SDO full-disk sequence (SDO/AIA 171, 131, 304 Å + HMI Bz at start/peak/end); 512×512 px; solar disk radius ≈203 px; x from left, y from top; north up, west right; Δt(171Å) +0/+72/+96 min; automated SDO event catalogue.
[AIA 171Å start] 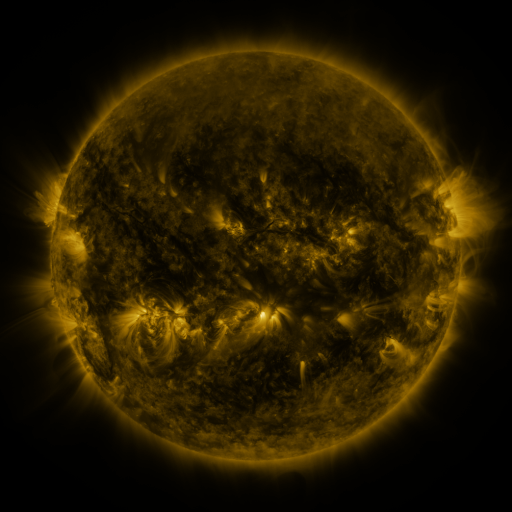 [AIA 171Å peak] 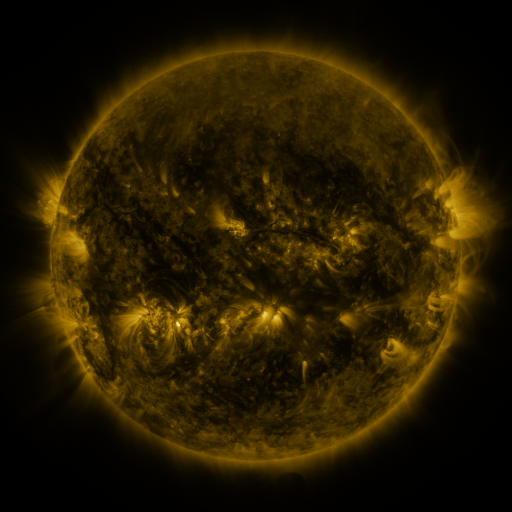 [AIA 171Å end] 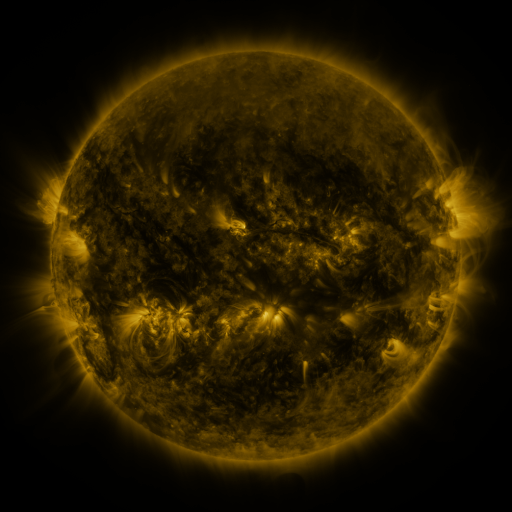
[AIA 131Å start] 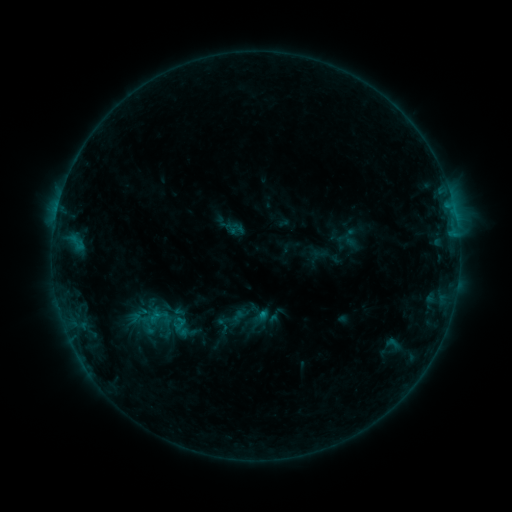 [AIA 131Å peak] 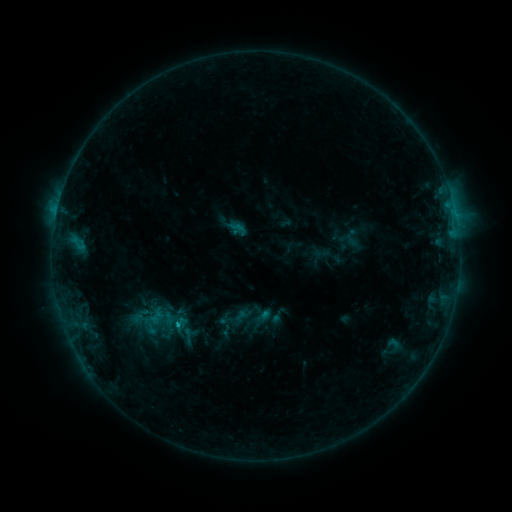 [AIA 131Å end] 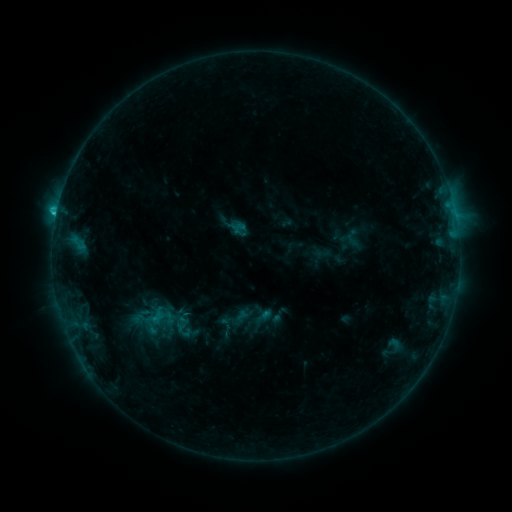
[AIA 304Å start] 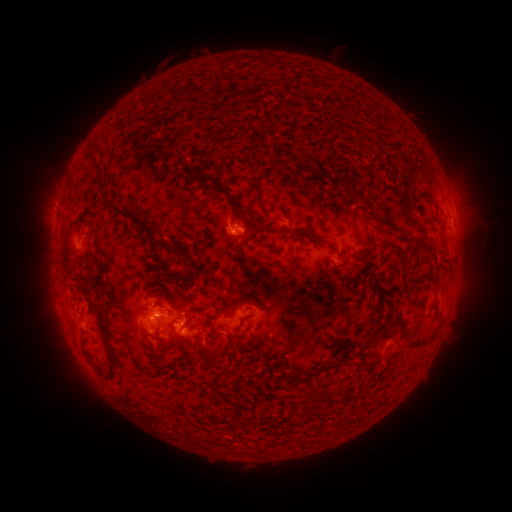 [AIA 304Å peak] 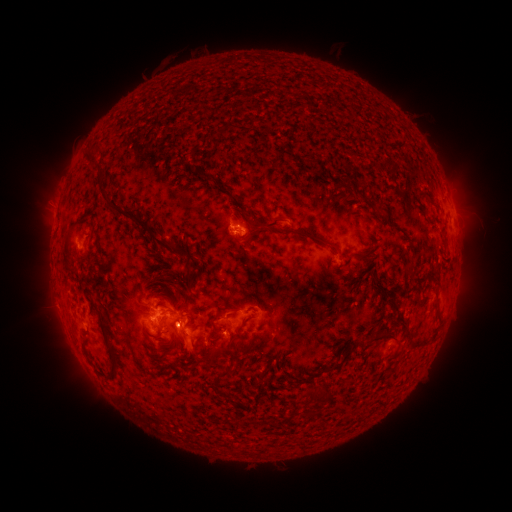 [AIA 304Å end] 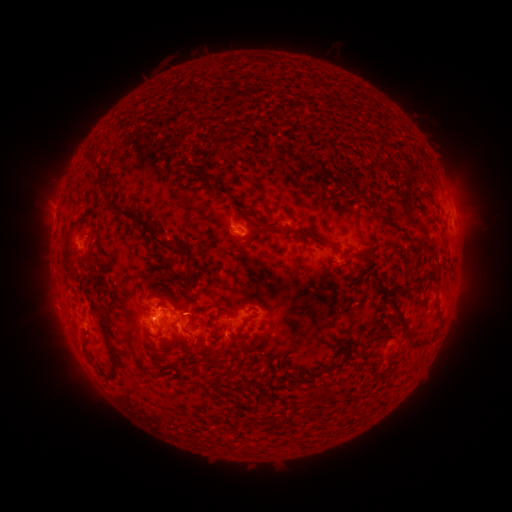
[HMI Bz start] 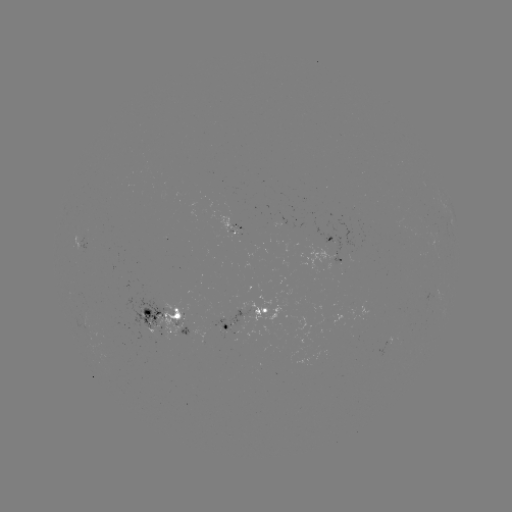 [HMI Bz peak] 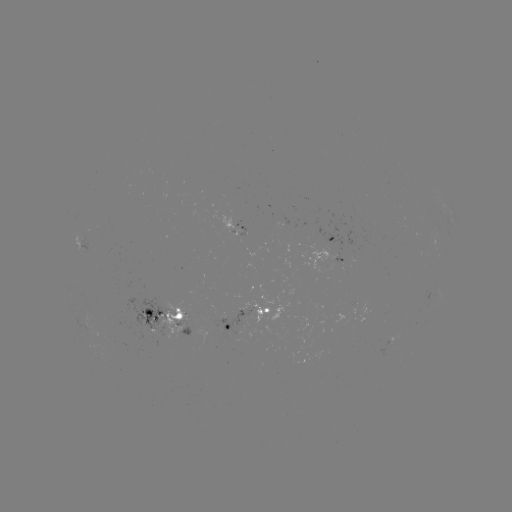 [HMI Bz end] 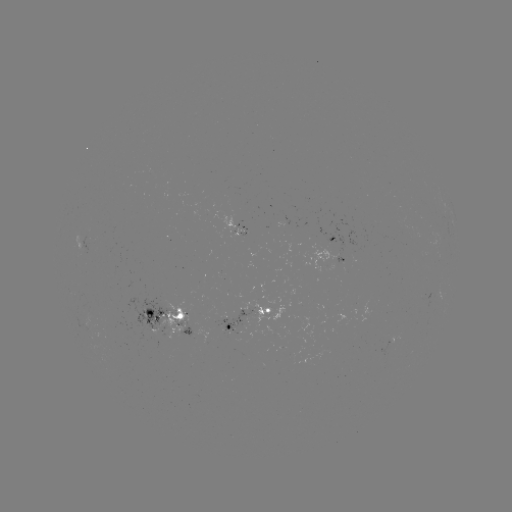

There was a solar emerging-flux region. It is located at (170, 323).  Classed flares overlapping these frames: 1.